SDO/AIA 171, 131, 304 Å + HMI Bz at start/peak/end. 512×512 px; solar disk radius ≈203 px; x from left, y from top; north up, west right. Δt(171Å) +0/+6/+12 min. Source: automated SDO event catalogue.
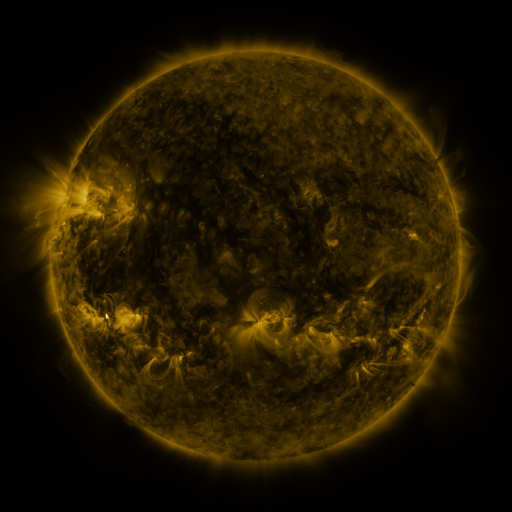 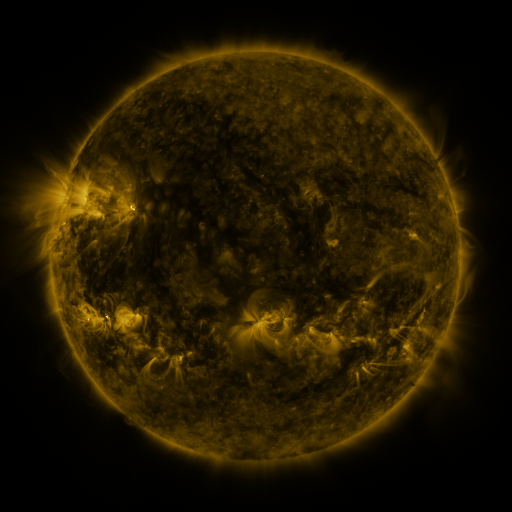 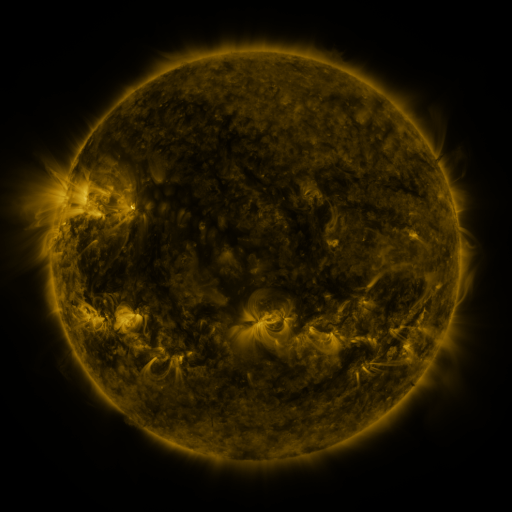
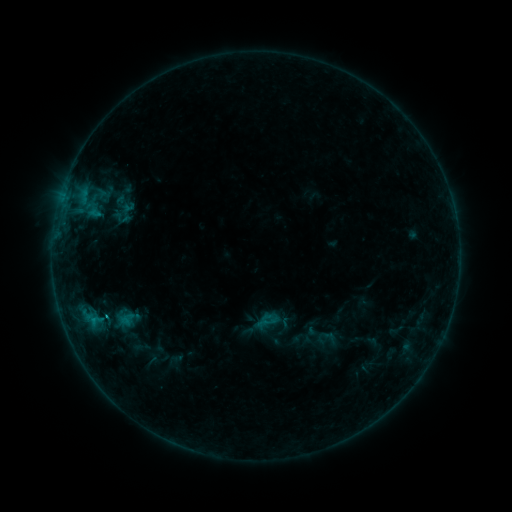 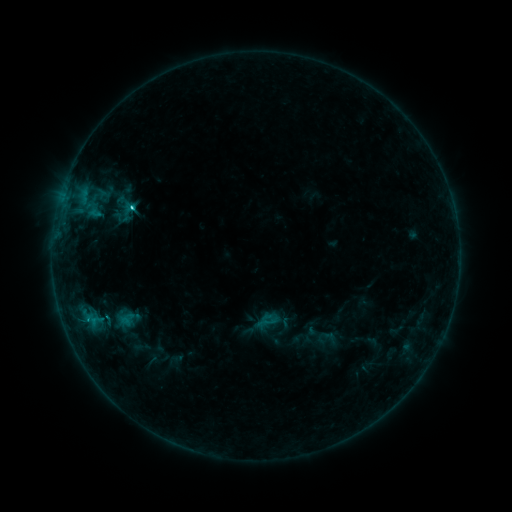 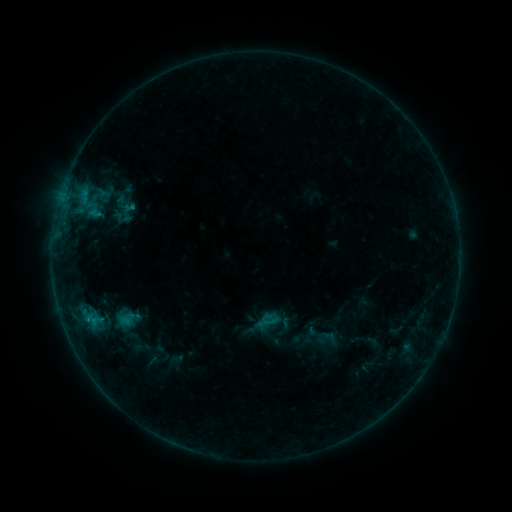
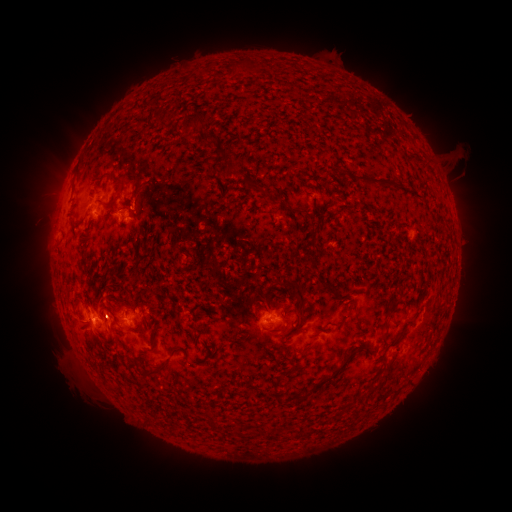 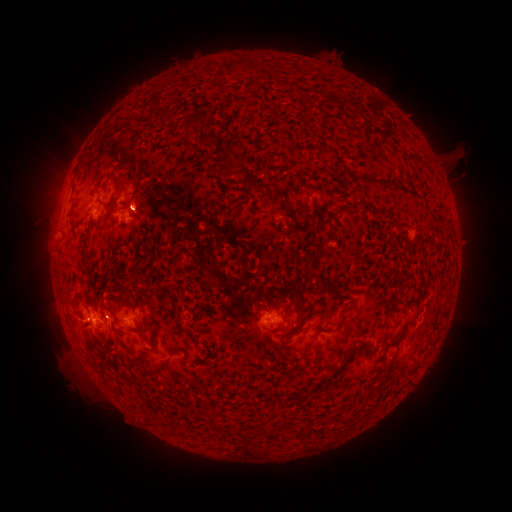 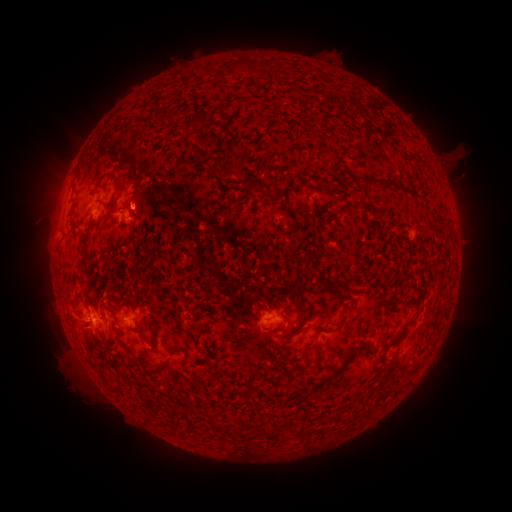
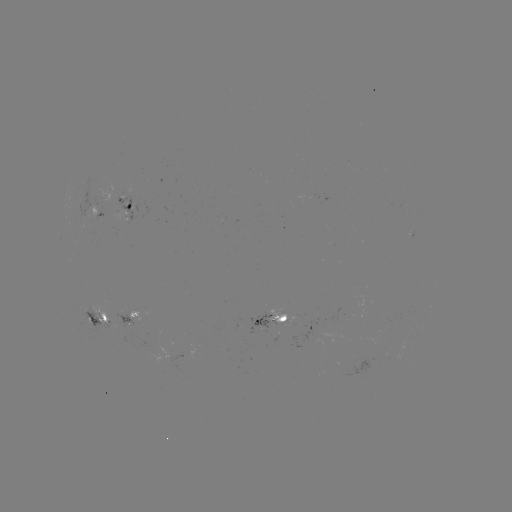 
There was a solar flare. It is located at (134, 210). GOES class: C1.3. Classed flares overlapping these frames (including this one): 1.